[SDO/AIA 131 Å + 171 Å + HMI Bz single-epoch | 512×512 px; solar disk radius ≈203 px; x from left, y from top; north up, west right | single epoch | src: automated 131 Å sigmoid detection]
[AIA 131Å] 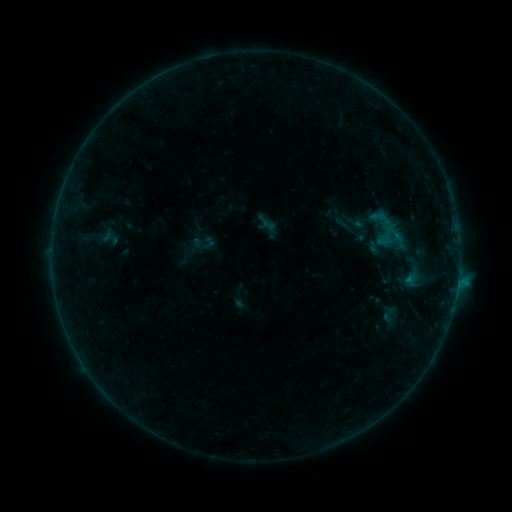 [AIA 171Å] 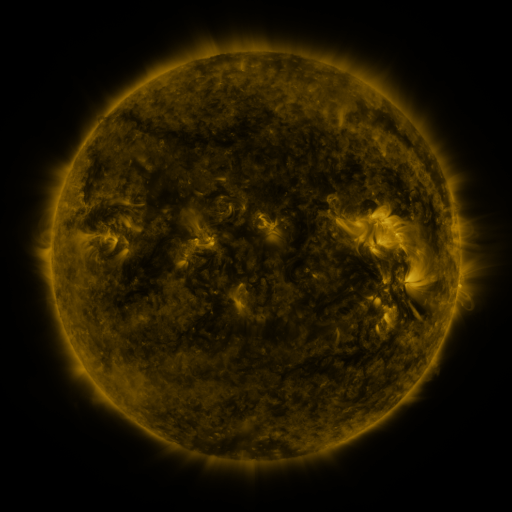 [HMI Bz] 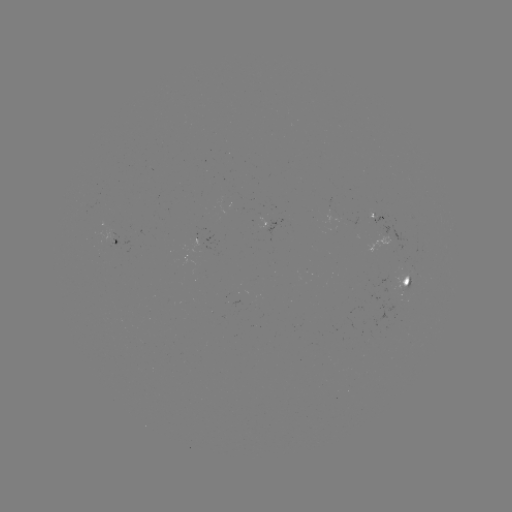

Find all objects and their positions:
sigmoid: [381, 222, 406, 244]
sigmoid: [378, 306, 399, 326]
